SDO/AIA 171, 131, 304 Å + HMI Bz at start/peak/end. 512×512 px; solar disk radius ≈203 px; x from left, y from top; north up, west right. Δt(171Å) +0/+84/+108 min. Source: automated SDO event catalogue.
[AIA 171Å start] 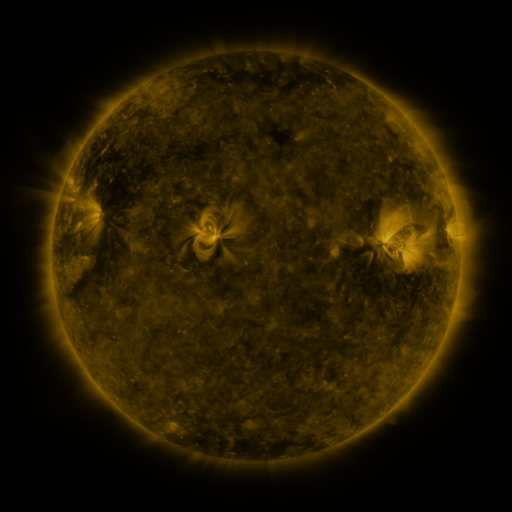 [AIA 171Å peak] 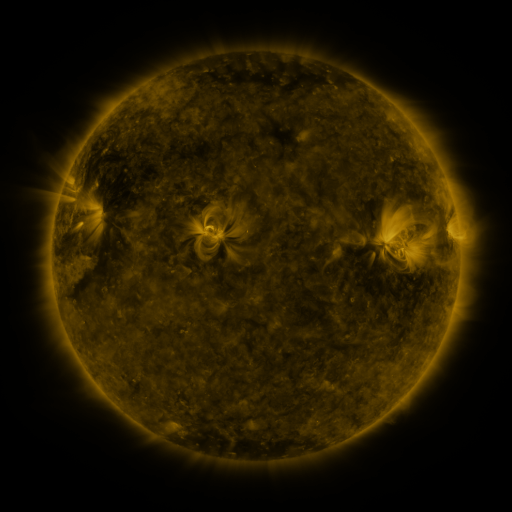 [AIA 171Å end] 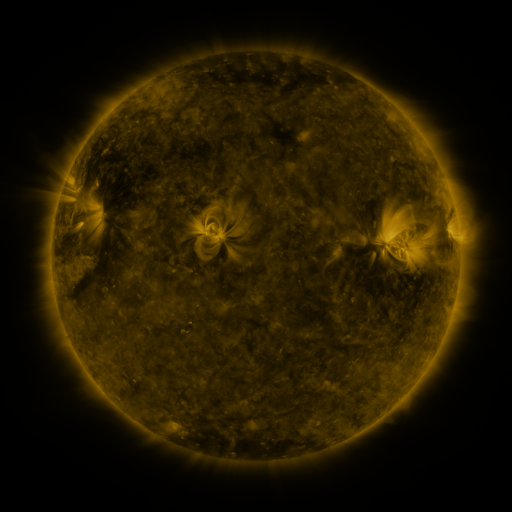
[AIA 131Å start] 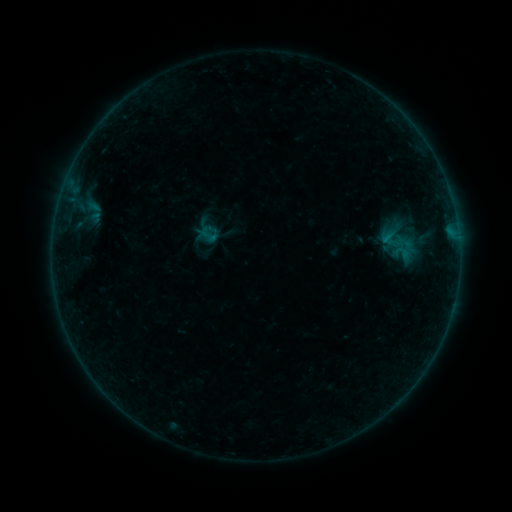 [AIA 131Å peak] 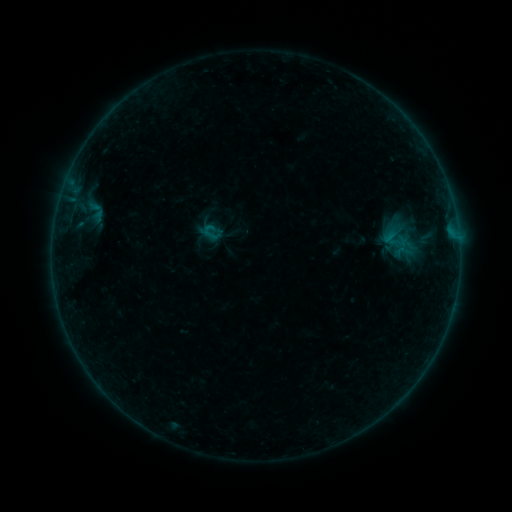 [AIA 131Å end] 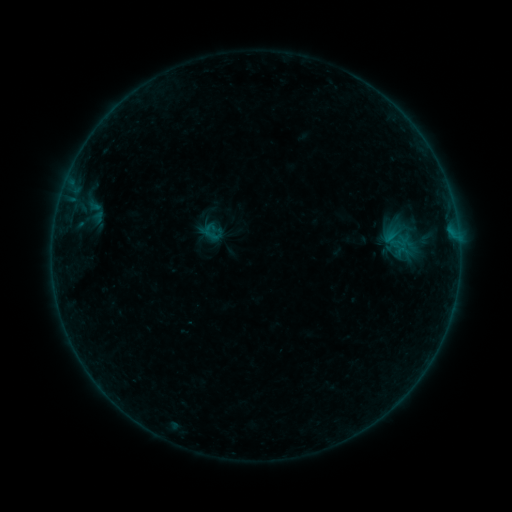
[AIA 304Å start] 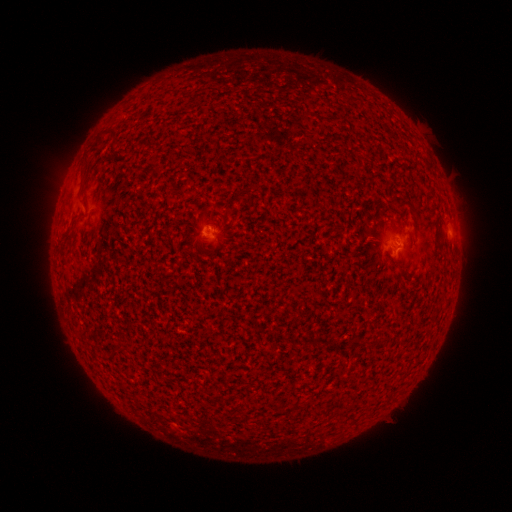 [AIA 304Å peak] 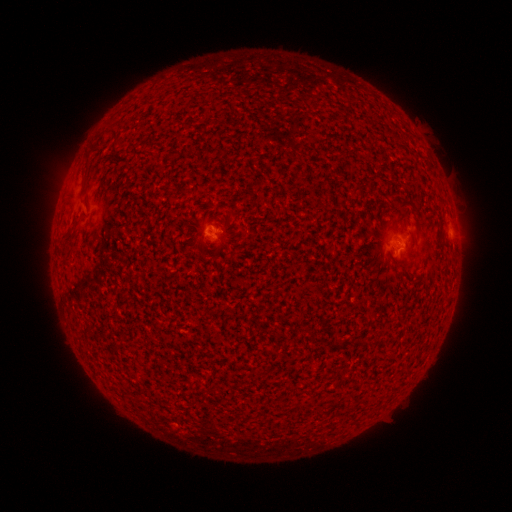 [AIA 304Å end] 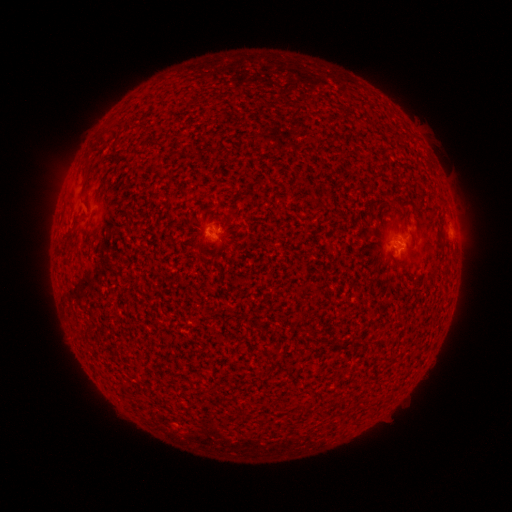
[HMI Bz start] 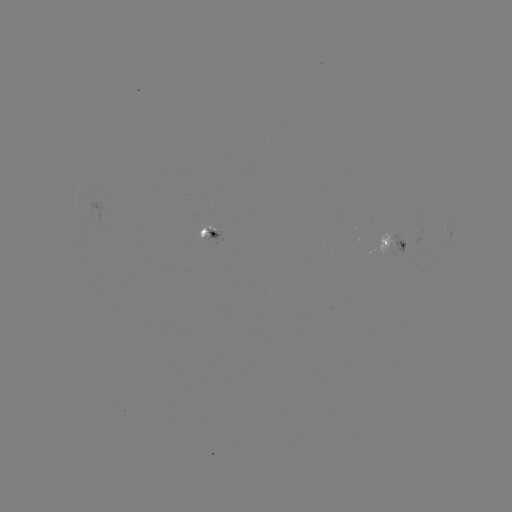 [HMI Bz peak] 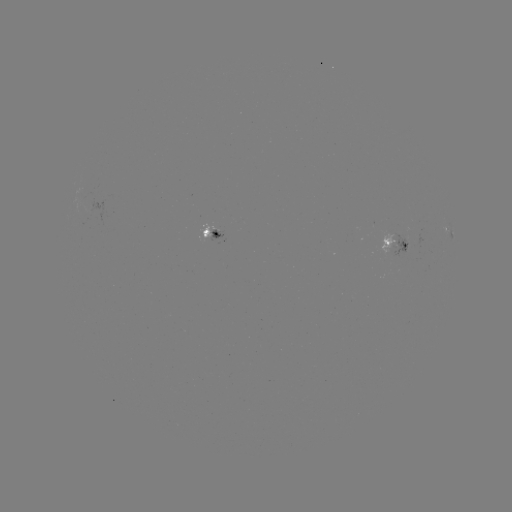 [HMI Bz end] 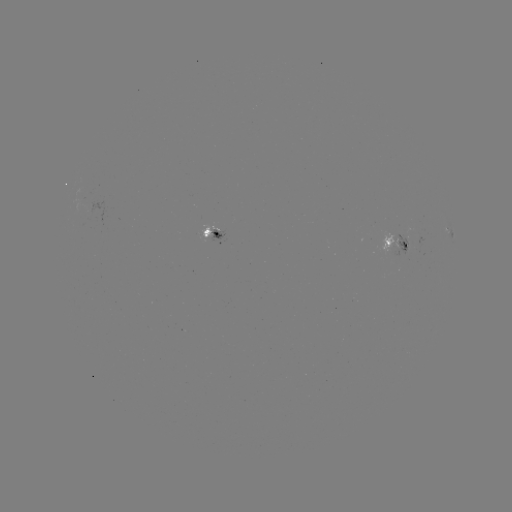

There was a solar emerging-flux region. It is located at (417, 237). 